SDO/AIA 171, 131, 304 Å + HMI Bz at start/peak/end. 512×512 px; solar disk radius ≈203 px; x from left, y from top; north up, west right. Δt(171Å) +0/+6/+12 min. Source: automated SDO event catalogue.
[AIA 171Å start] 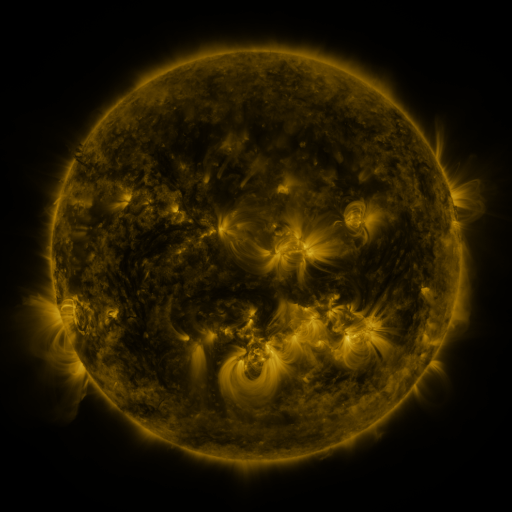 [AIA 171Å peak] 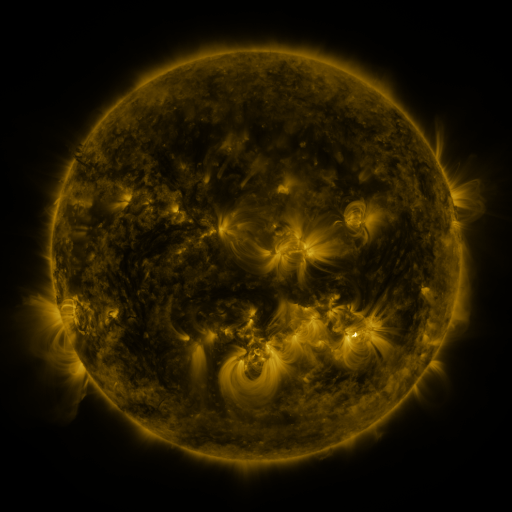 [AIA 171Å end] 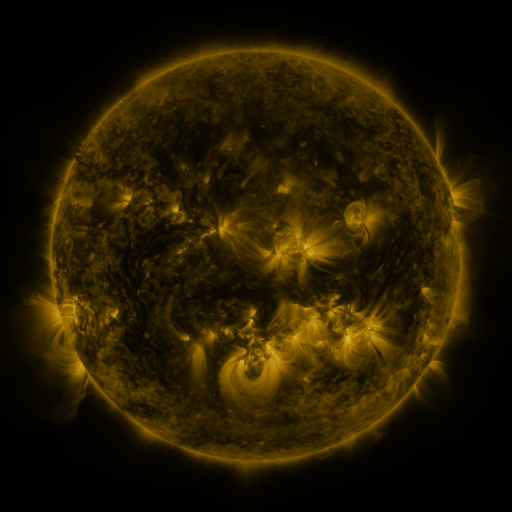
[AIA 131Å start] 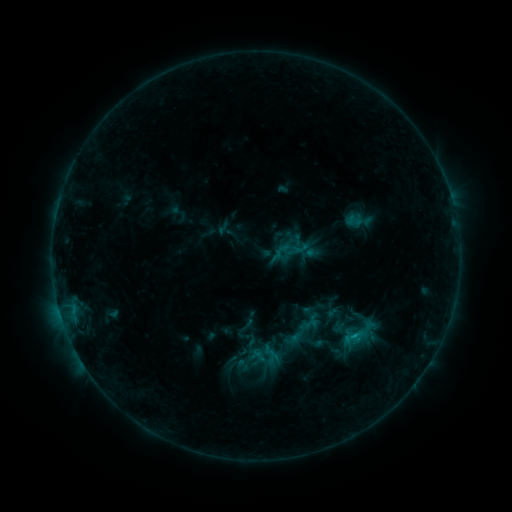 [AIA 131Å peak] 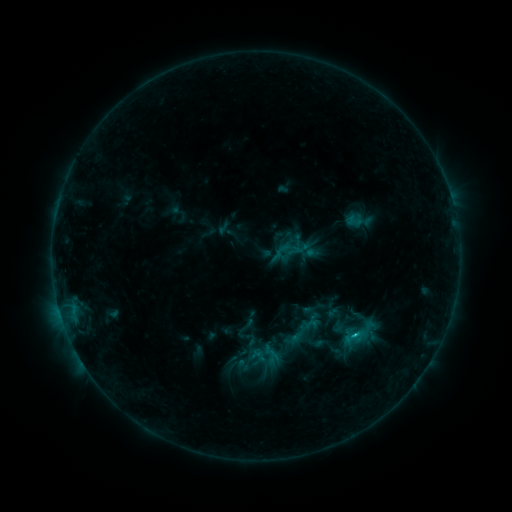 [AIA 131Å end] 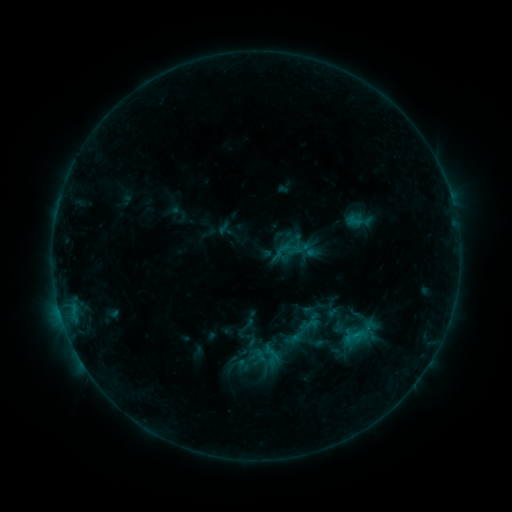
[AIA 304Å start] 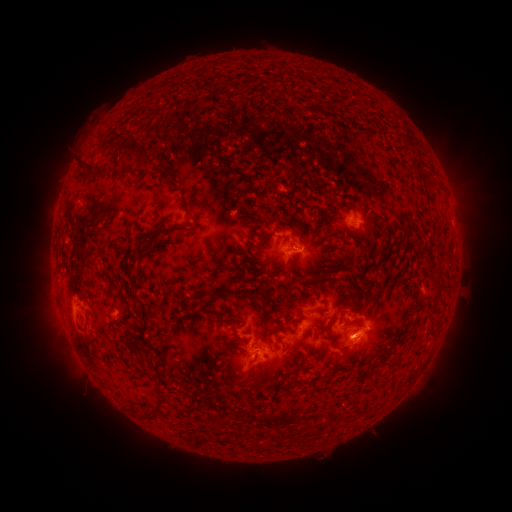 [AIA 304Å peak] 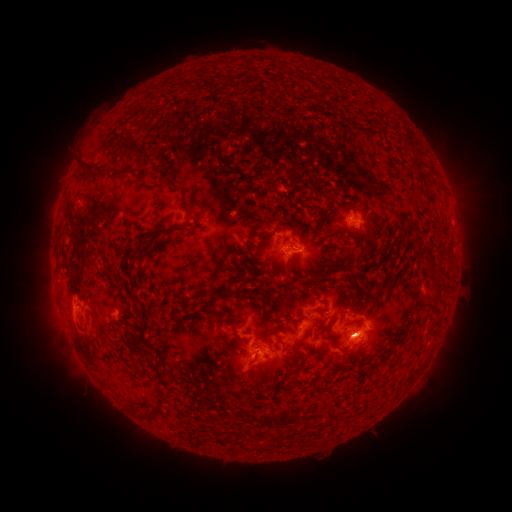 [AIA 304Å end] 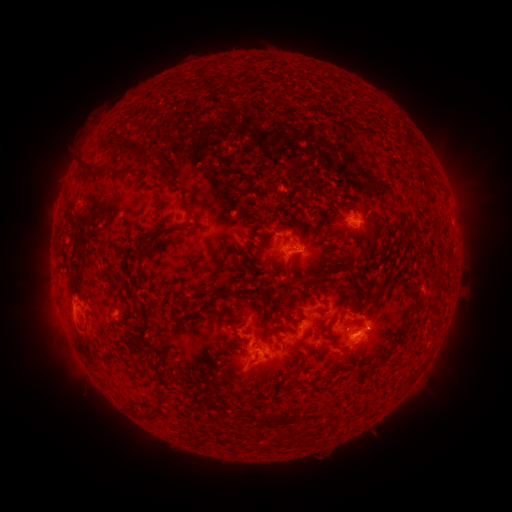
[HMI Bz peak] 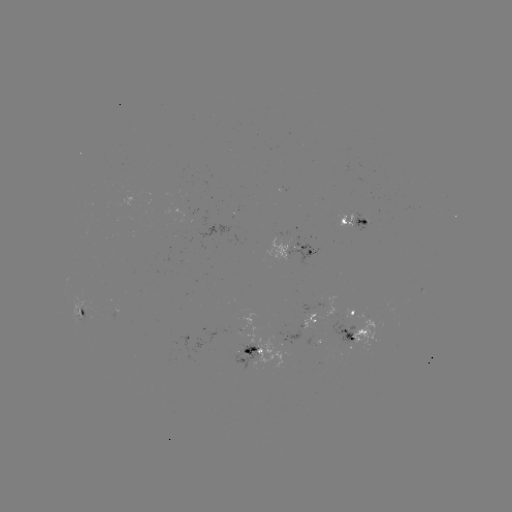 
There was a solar eruption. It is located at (457, 336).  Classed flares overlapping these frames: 1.